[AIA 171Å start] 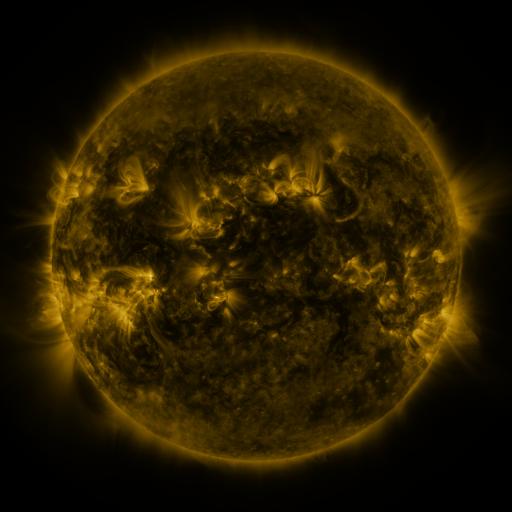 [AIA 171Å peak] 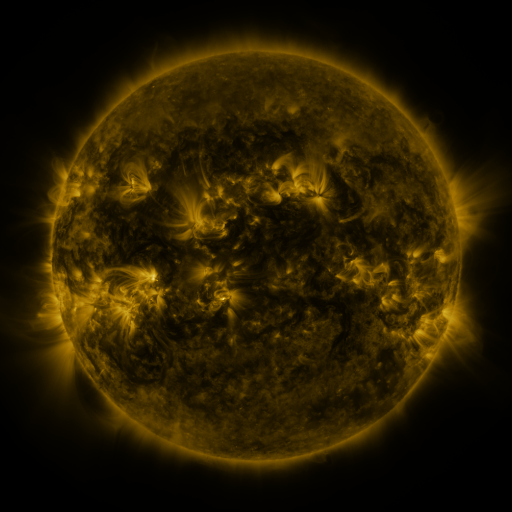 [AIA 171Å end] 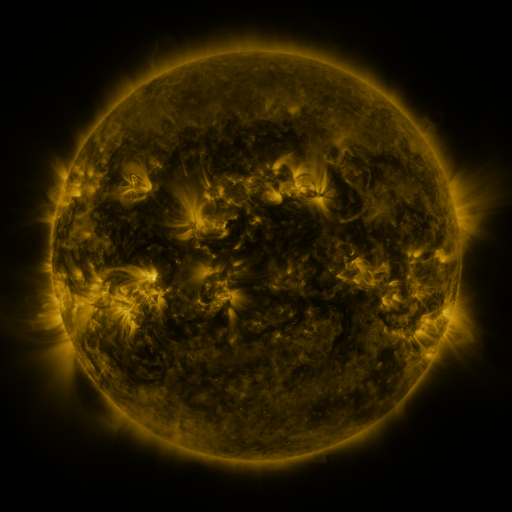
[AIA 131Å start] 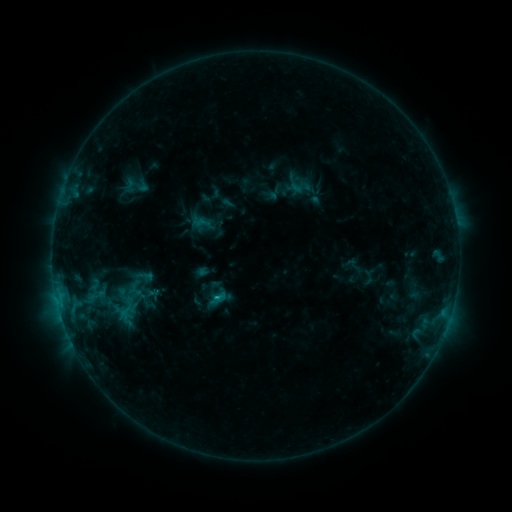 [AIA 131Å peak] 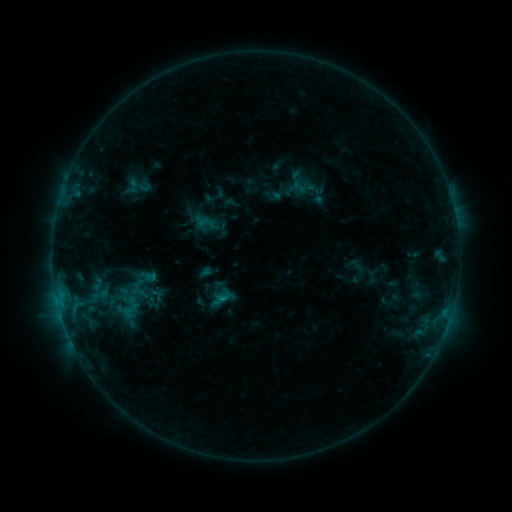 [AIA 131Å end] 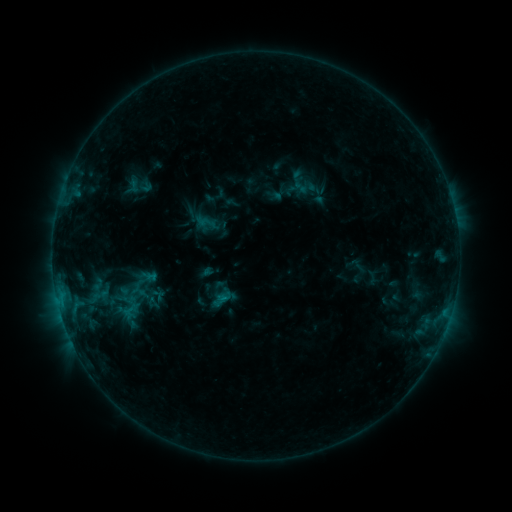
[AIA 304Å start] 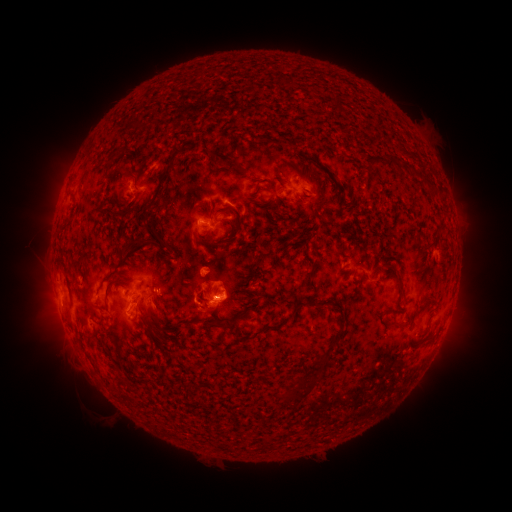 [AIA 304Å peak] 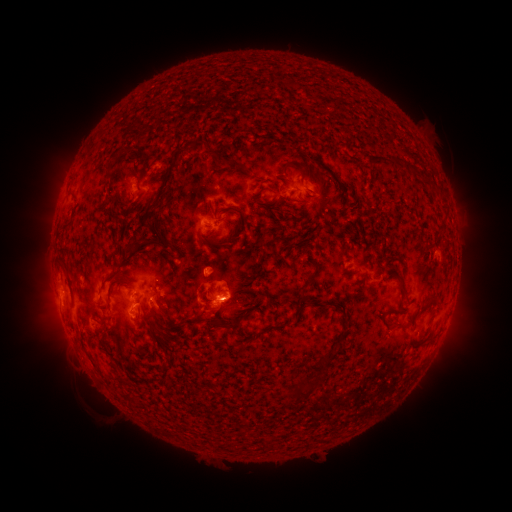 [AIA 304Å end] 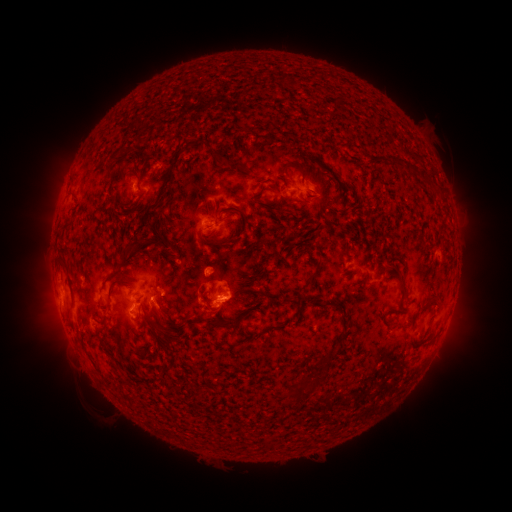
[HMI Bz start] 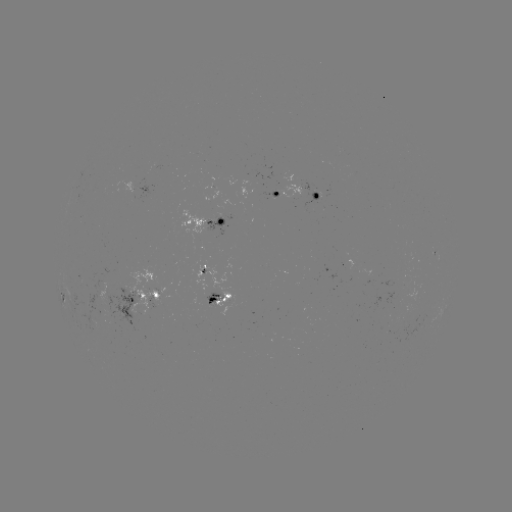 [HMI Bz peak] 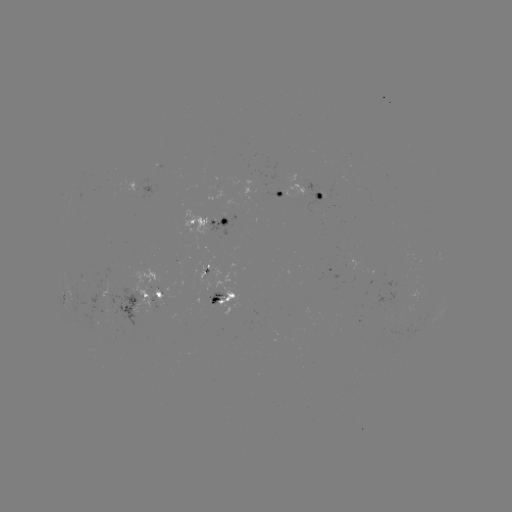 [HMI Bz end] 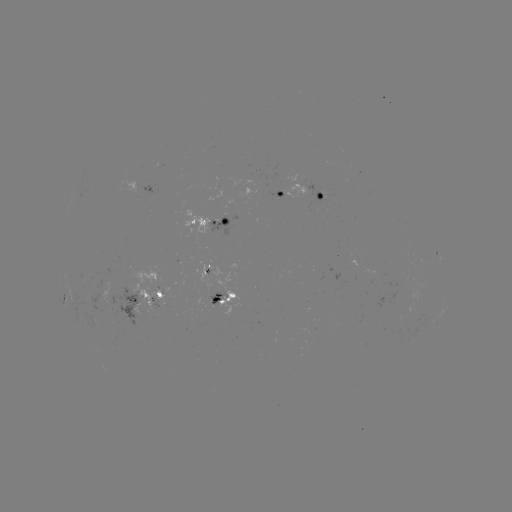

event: emerging-flux region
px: (101, 307)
